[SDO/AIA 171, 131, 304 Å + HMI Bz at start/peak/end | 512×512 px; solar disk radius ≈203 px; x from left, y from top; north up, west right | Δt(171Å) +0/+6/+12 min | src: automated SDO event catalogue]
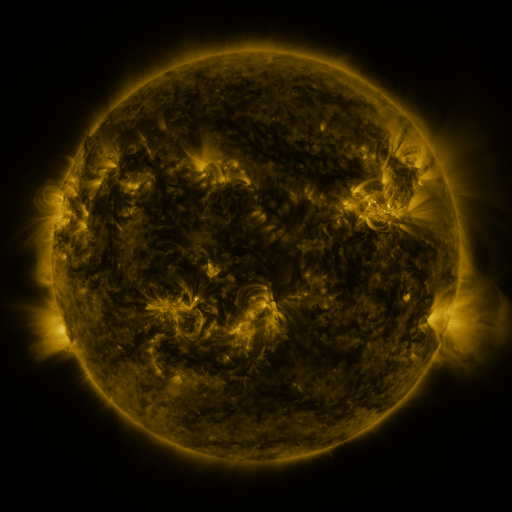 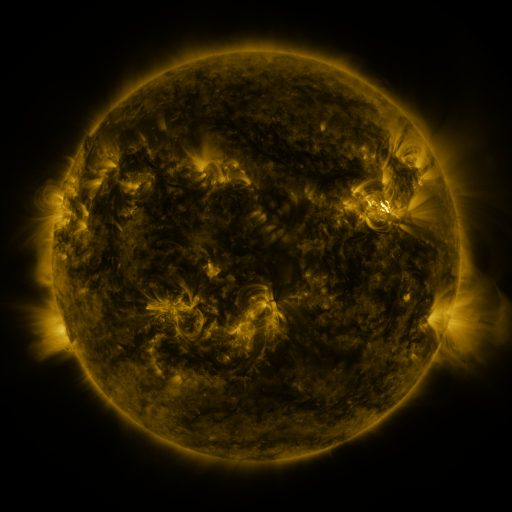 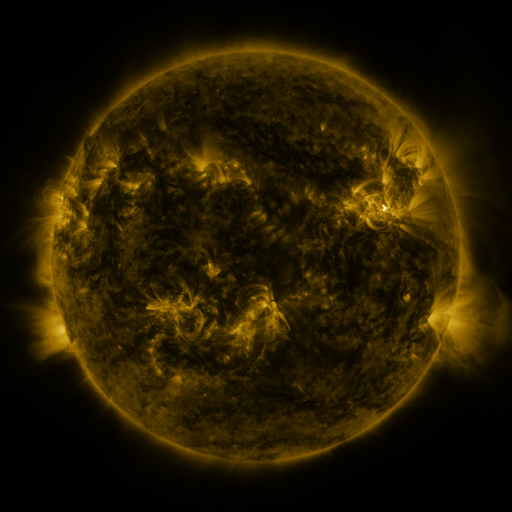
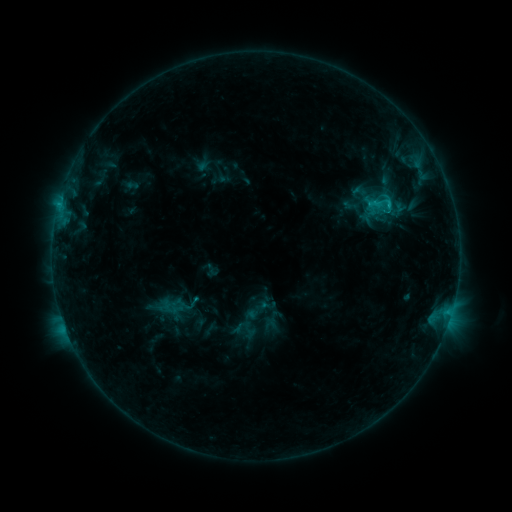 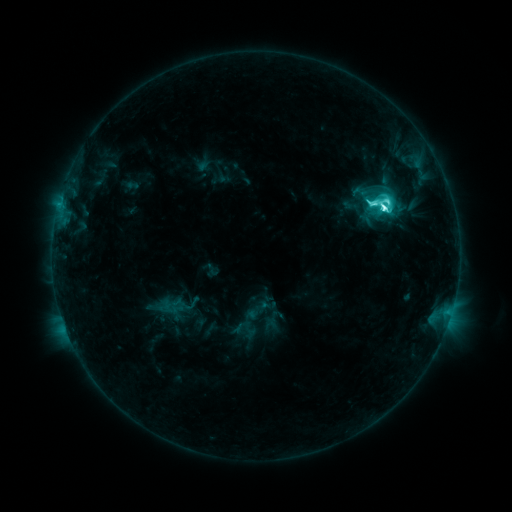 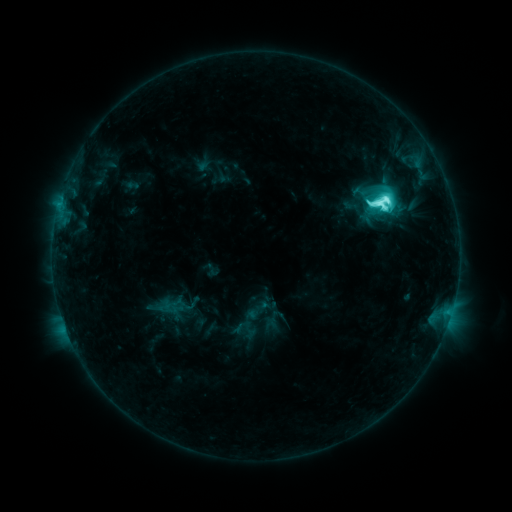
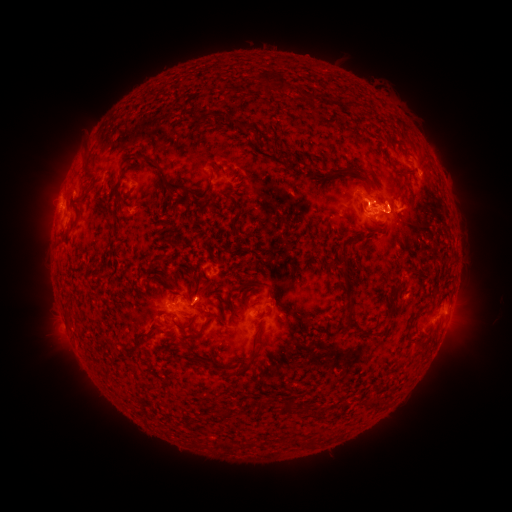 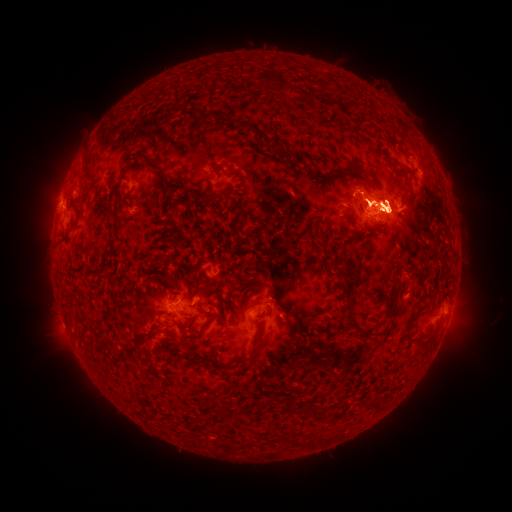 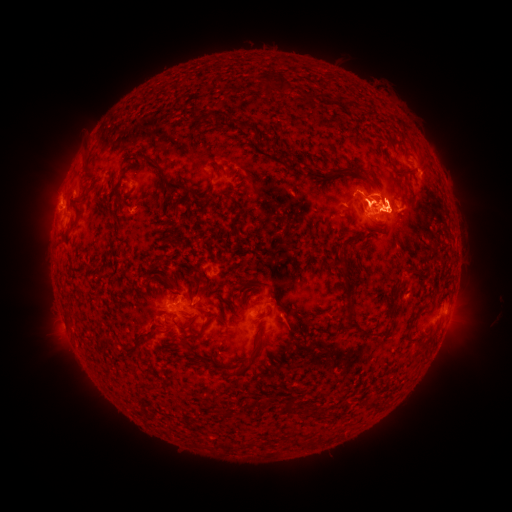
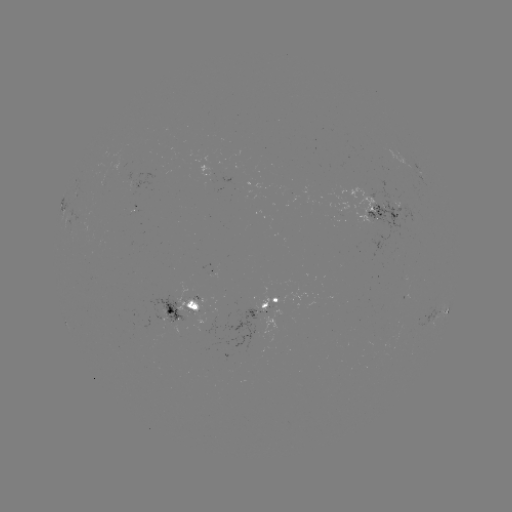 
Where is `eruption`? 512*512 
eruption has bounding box [21, 120, 111, 270].